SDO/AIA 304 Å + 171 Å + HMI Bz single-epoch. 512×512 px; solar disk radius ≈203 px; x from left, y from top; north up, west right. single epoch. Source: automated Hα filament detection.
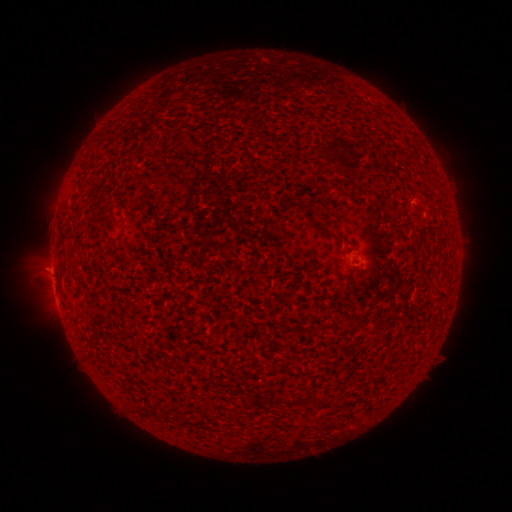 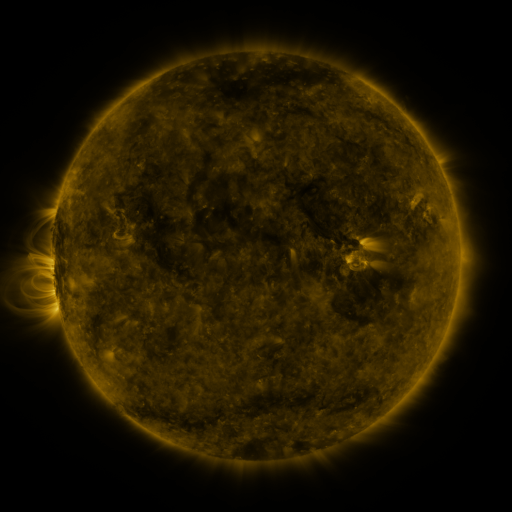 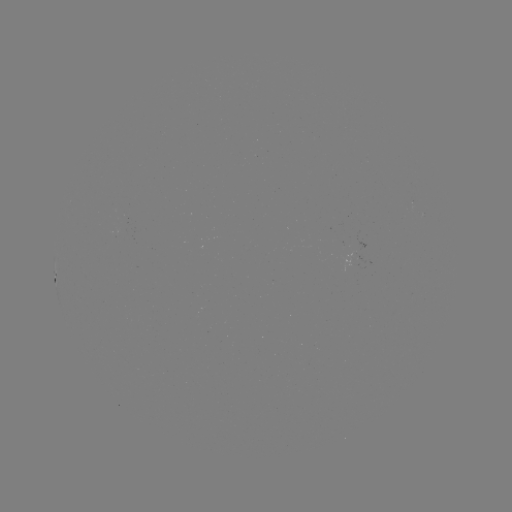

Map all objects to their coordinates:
filament: (330, 149)
filament: (313, 179)
filament: (323, 234)
filament: (319, 403)
